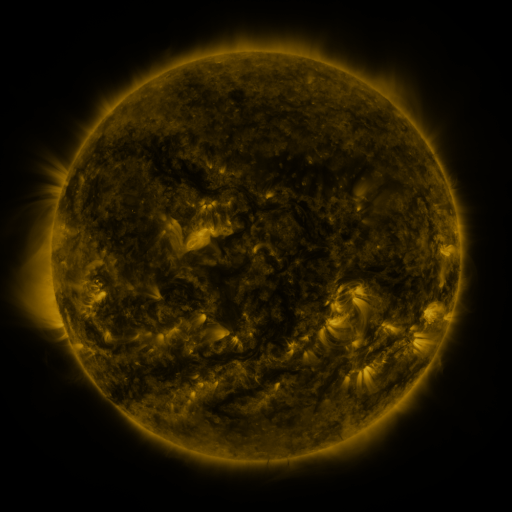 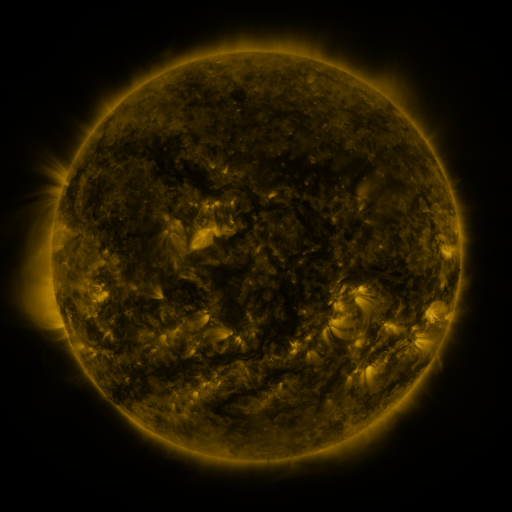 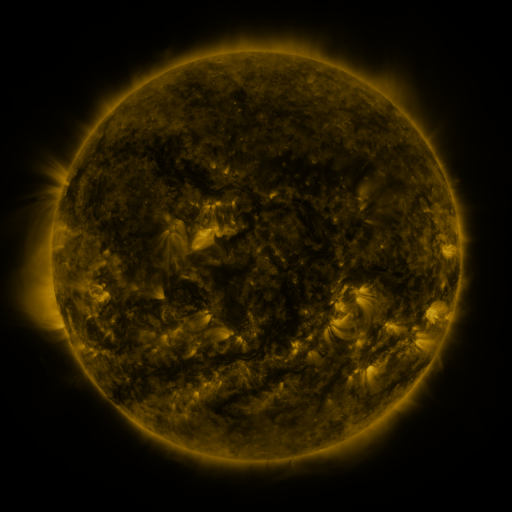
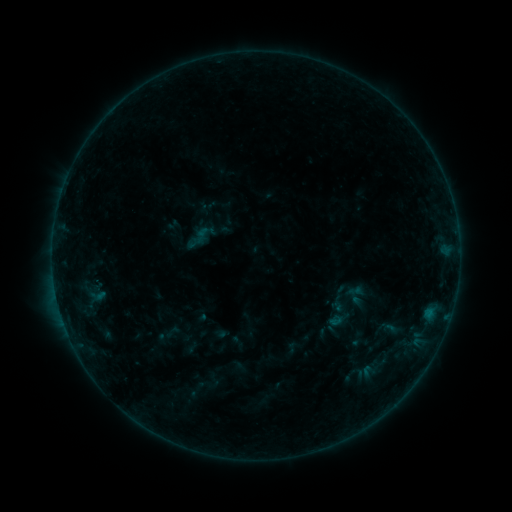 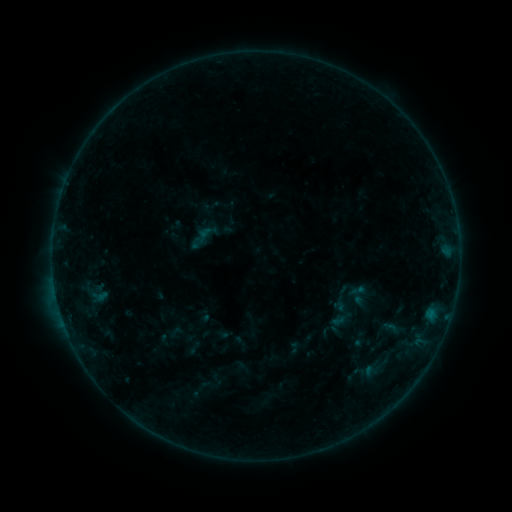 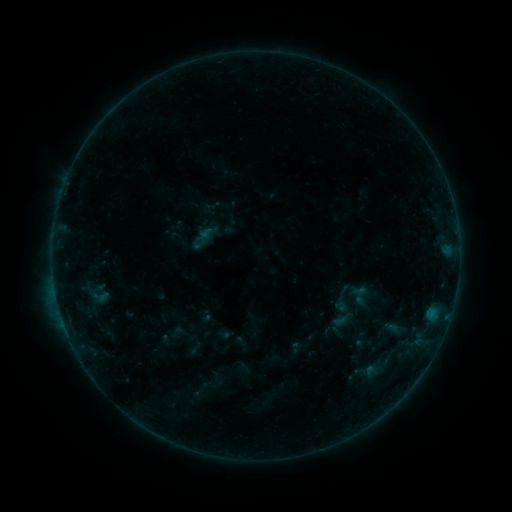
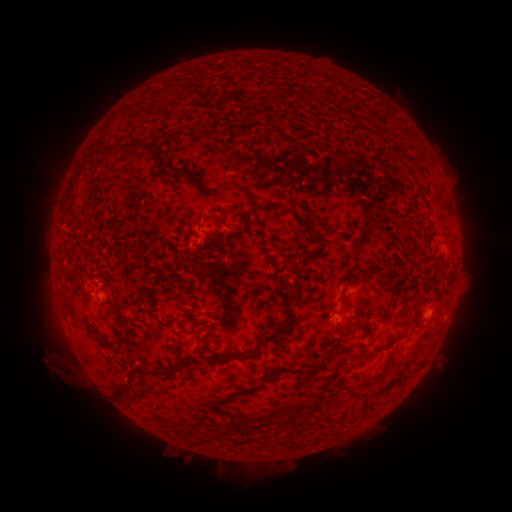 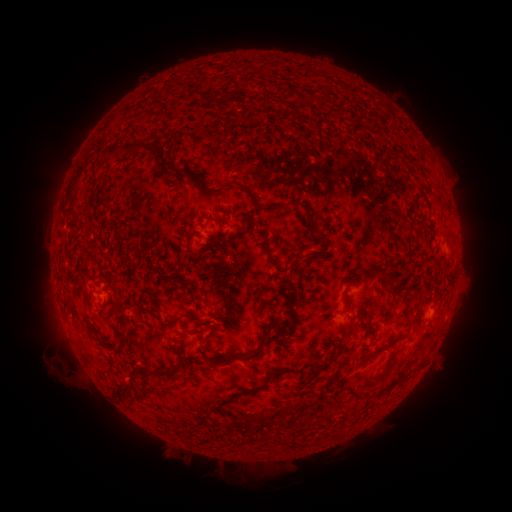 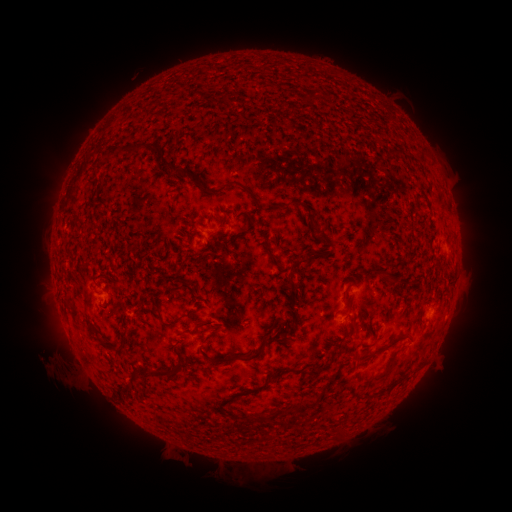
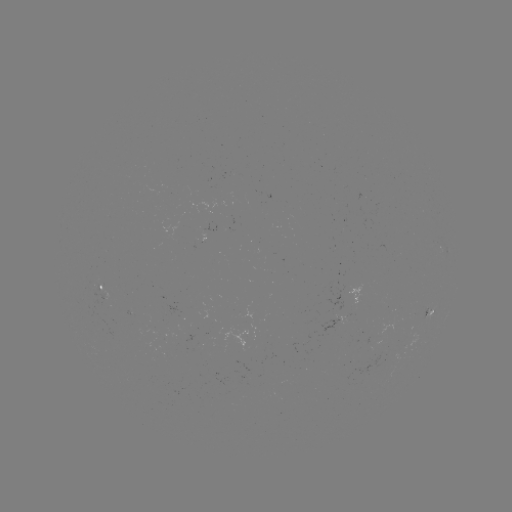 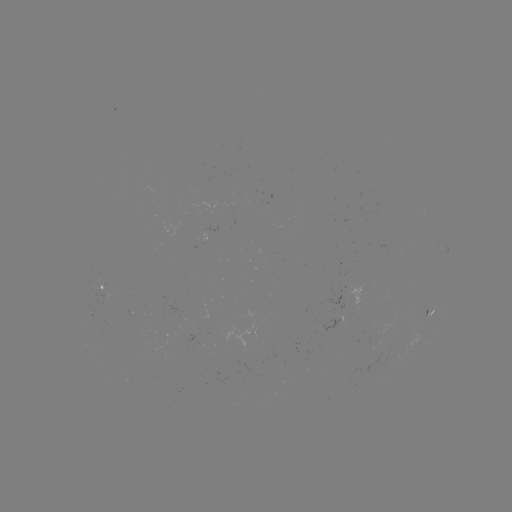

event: emerging-flux region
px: (345, 320)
